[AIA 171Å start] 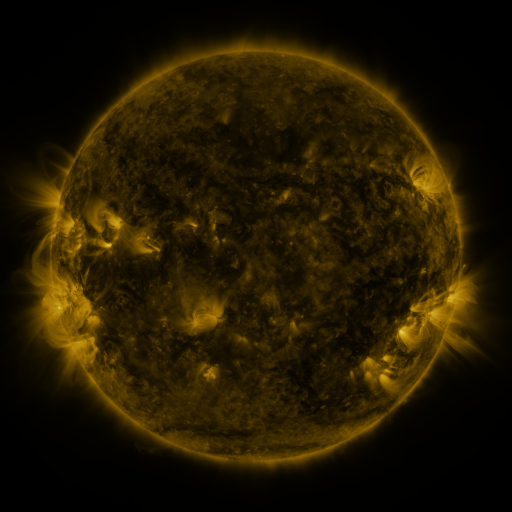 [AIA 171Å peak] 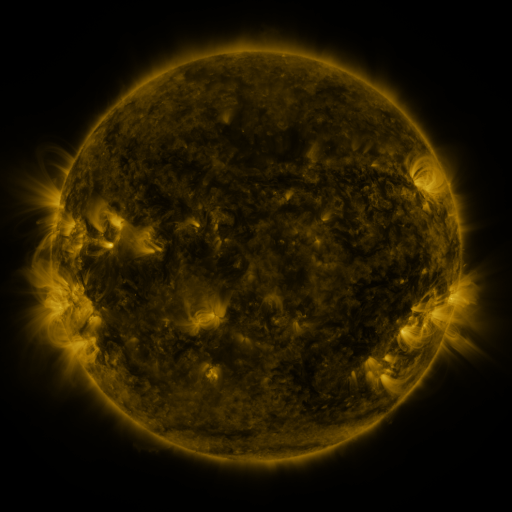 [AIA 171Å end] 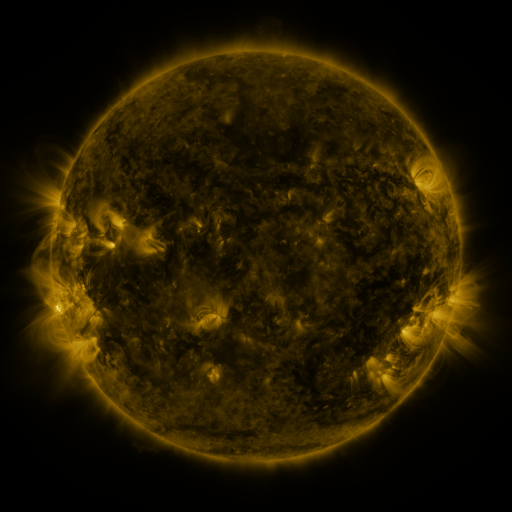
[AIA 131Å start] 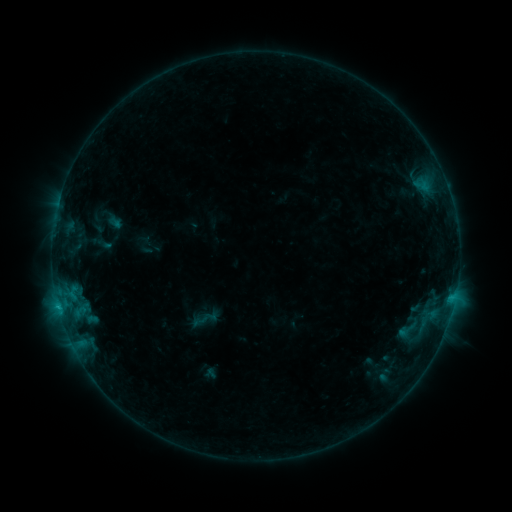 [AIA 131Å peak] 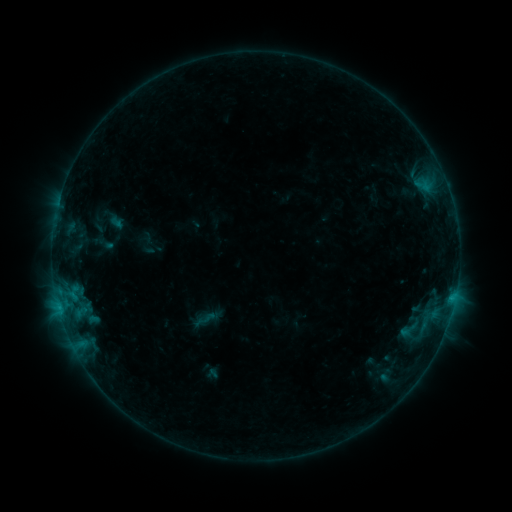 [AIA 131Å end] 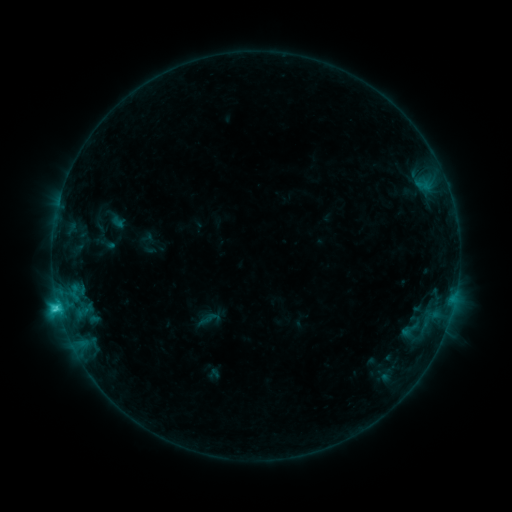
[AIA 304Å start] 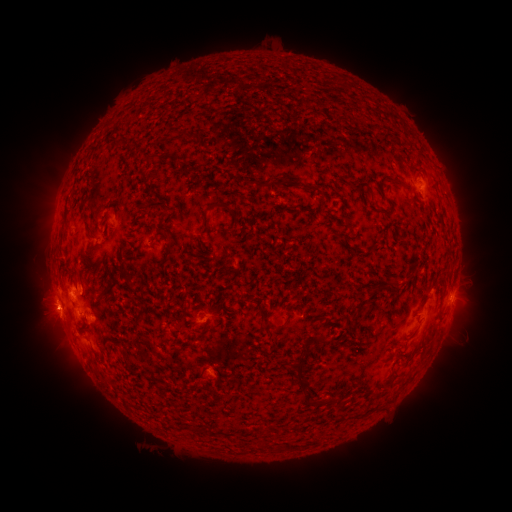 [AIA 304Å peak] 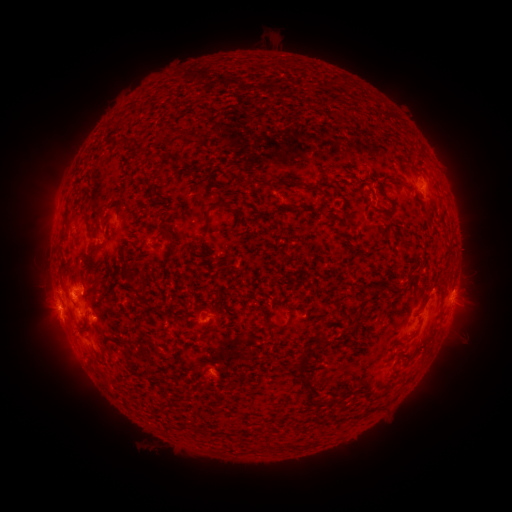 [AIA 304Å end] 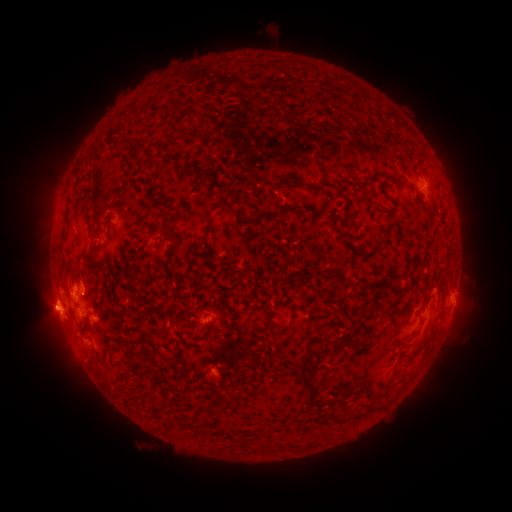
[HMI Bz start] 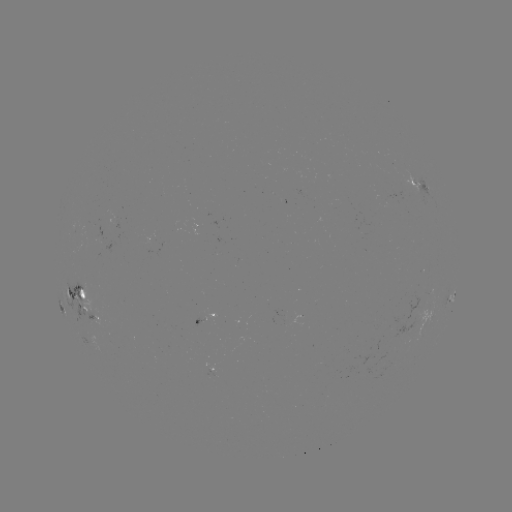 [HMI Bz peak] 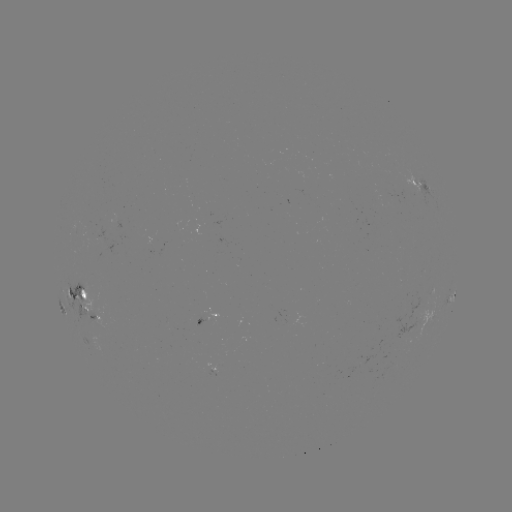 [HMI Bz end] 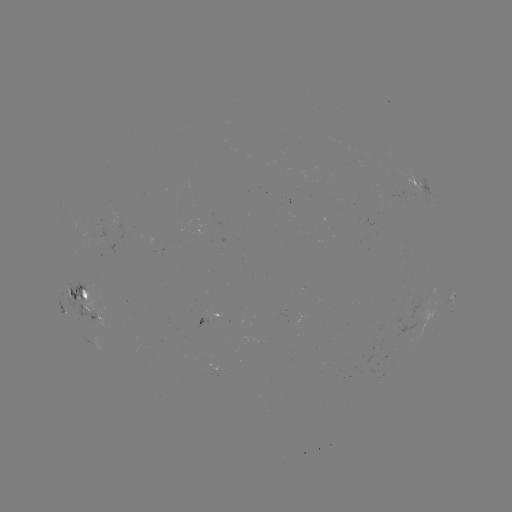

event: filament eruption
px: (411, 183)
